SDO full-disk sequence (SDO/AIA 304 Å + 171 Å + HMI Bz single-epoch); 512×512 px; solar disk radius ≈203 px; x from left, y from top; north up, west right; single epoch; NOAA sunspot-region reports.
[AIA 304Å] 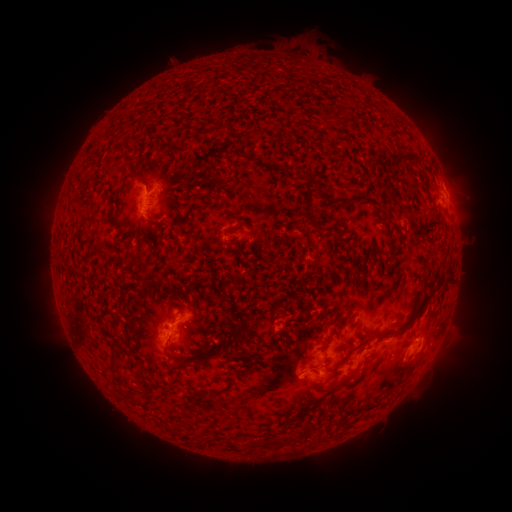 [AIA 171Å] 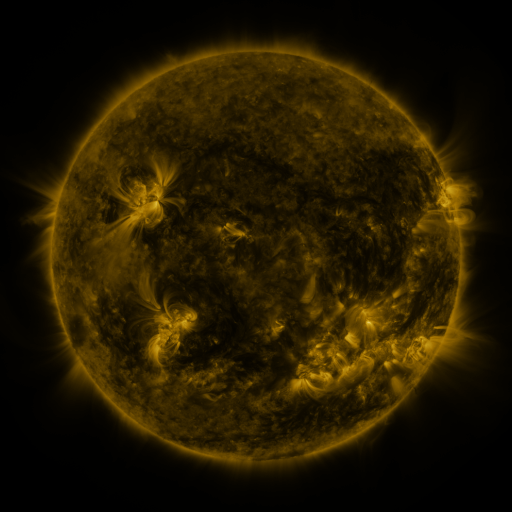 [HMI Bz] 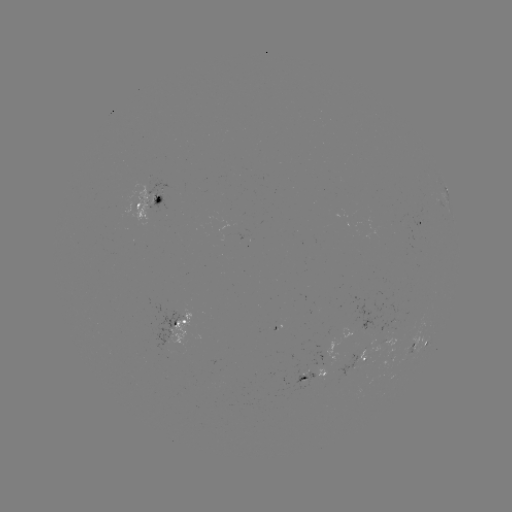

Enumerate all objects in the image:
spotted active region: (447, 196)
spotted active region: (152, 201)
spotted active region: (418, 223)
spotted active region: (176, 331)
spotted active region: (418, 345)
spotted active region: (358, 361)
spotted active region: (316, 373)
